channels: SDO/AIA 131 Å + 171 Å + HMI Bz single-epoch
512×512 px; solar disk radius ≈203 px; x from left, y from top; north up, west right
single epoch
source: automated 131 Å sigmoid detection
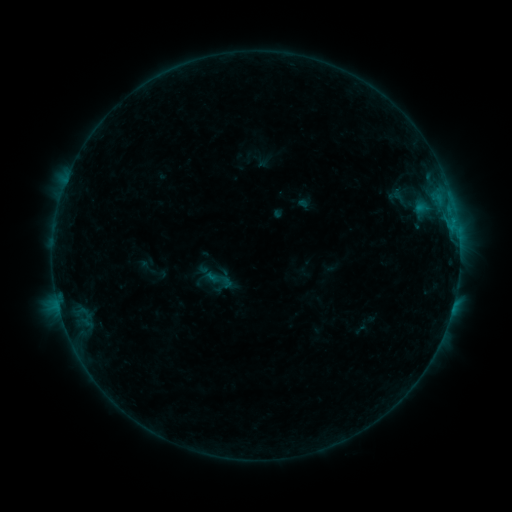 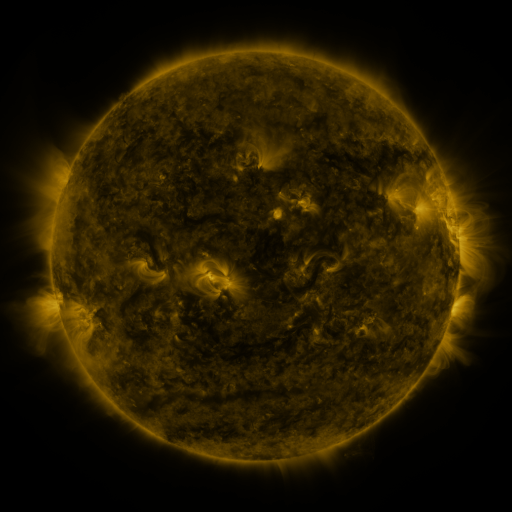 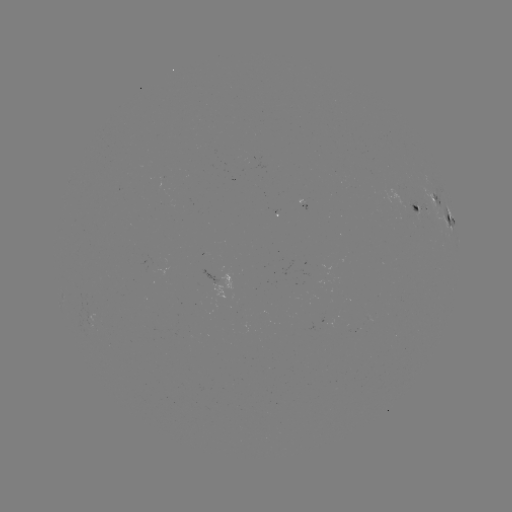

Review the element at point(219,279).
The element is sigmoid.